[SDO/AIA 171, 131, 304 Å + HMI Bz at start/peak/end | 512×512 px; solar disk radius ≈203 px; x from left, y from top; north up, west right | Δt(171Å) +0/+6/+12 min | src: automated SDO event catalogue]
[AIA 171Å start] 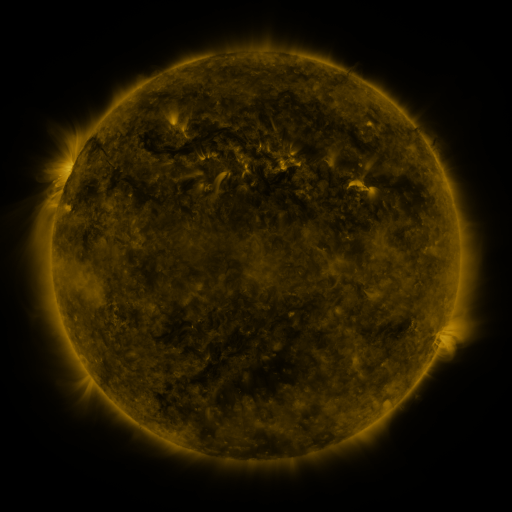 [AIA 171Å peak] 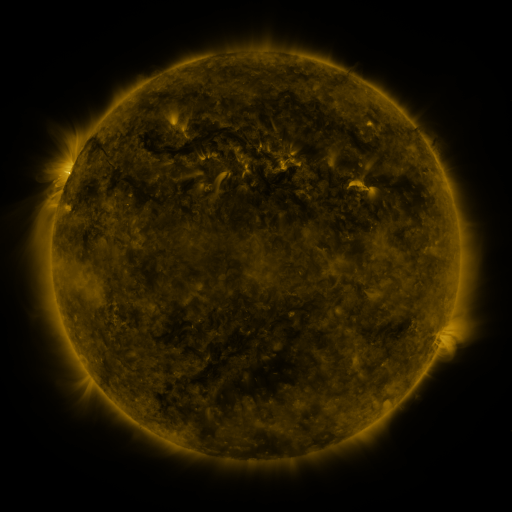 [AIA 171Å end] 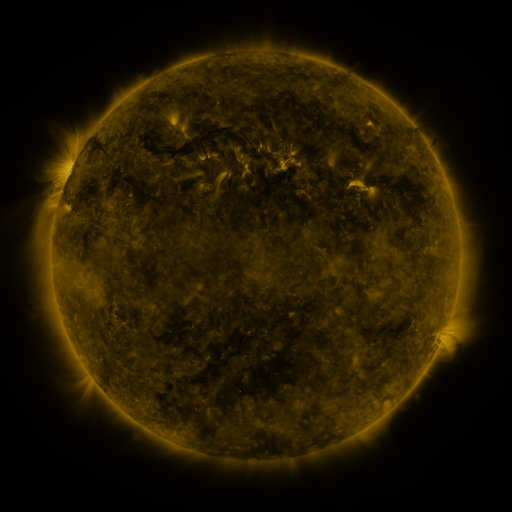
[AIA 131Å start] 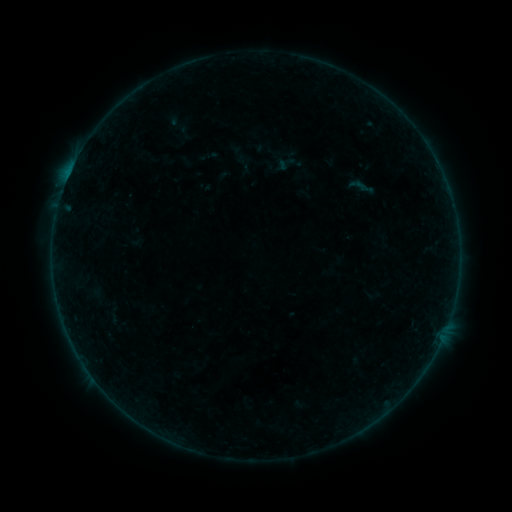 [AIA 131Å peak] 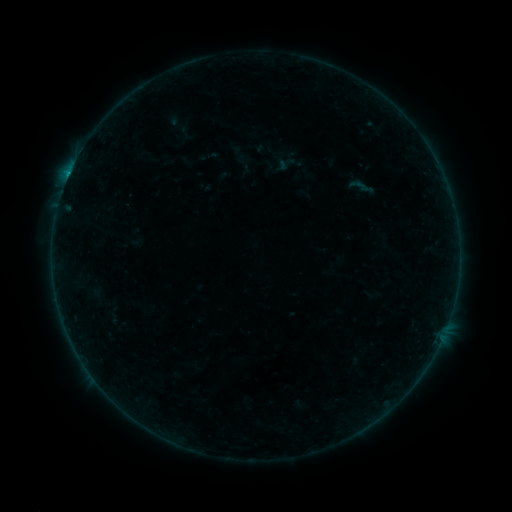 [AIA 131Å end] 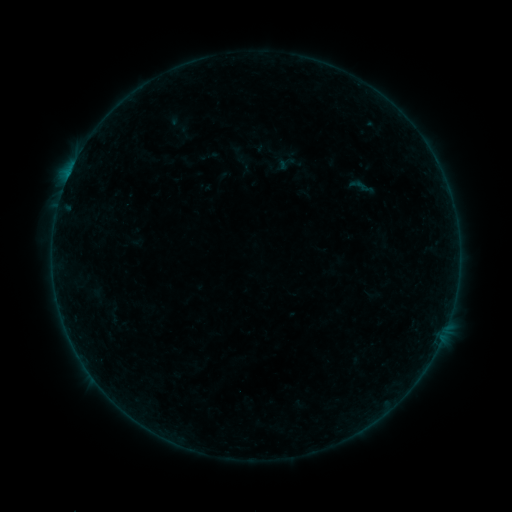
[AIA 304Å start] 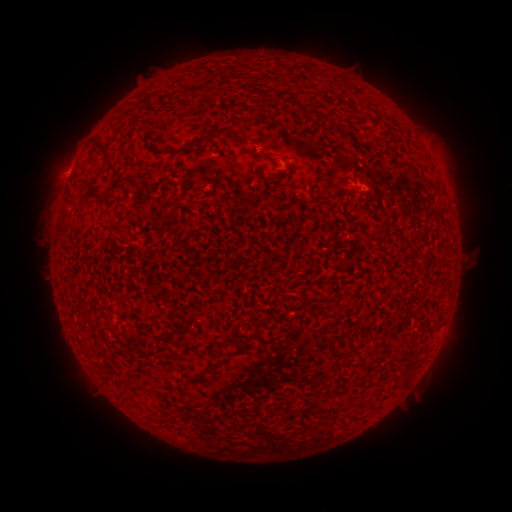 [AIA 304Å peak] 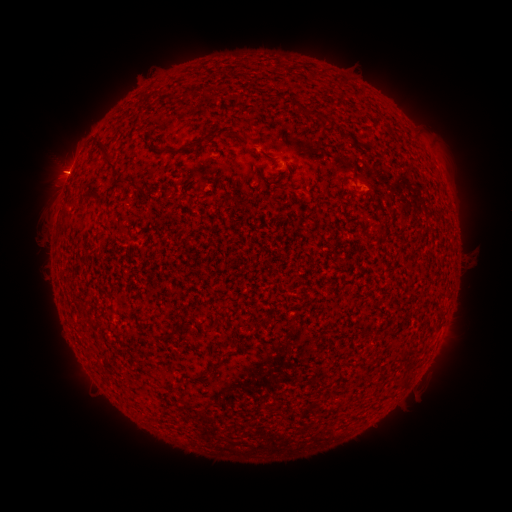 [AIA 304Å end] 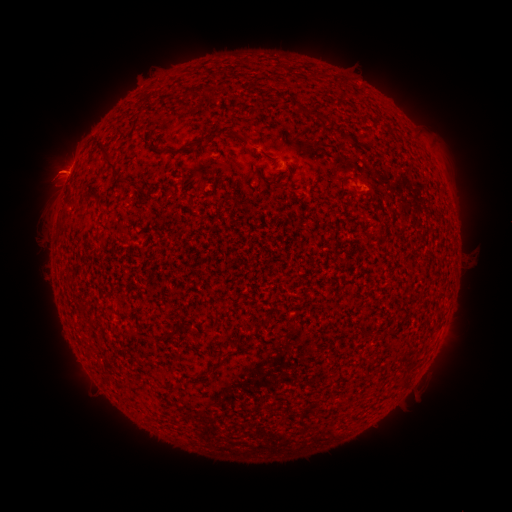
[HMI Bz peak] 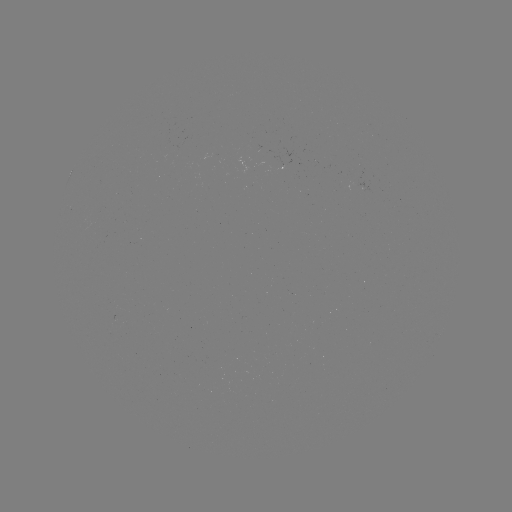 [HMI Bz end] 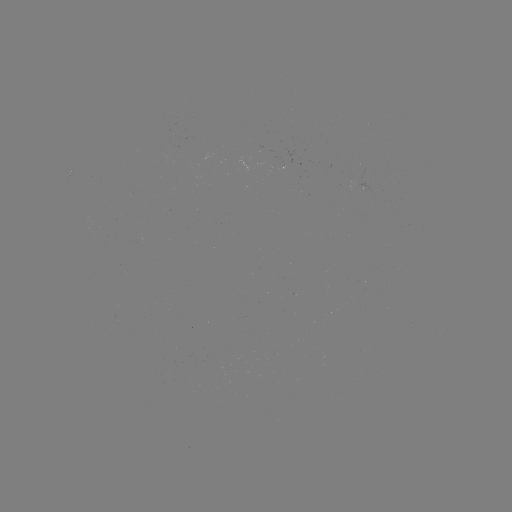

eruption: <bbox>25, 145, 90, 198</bbox>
